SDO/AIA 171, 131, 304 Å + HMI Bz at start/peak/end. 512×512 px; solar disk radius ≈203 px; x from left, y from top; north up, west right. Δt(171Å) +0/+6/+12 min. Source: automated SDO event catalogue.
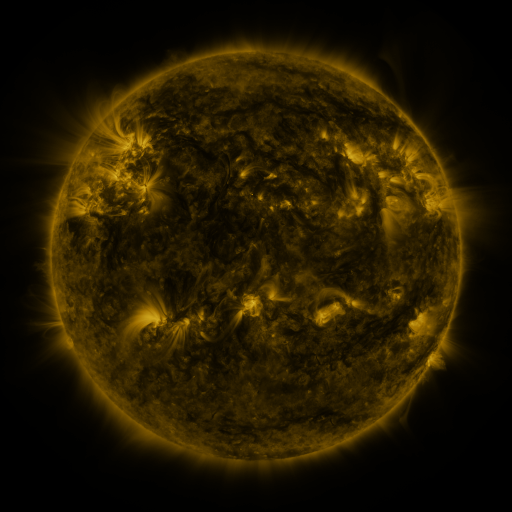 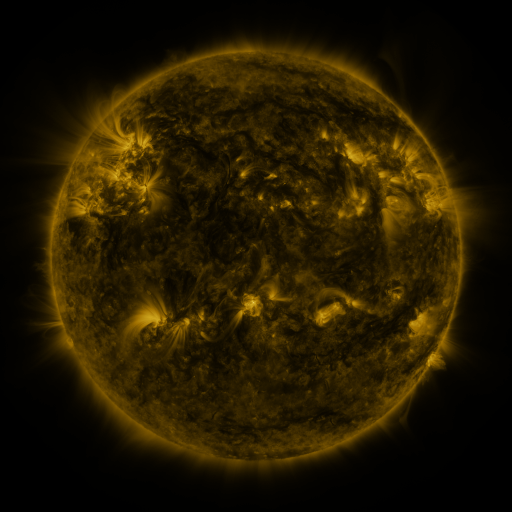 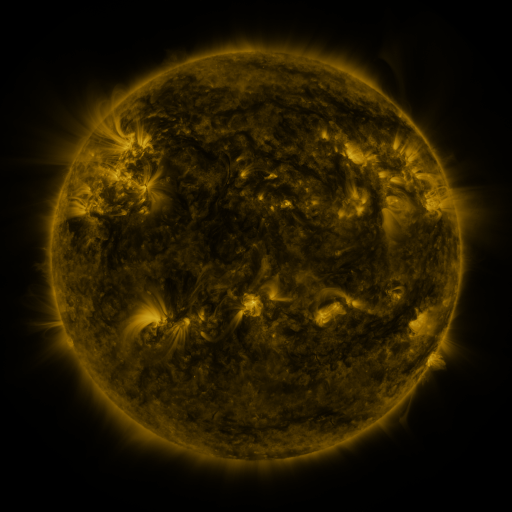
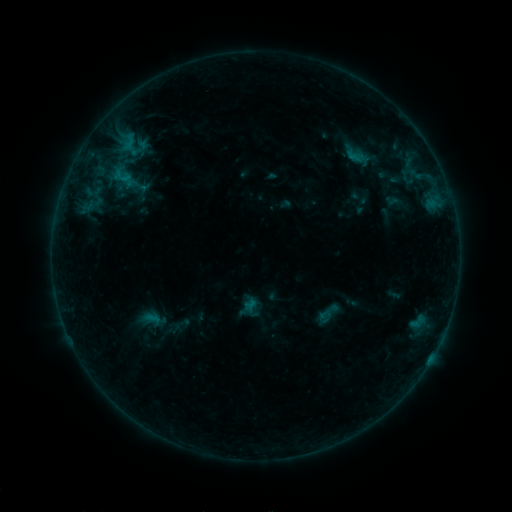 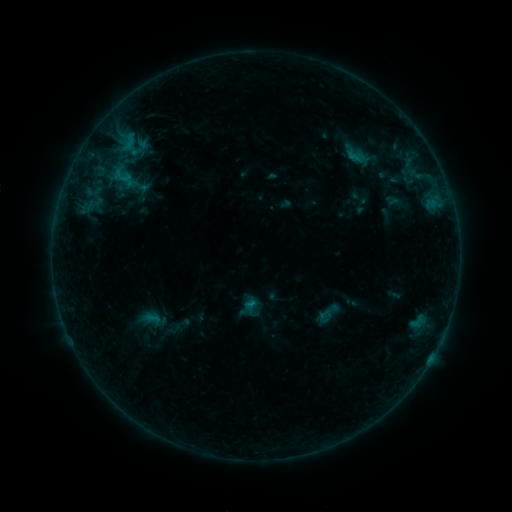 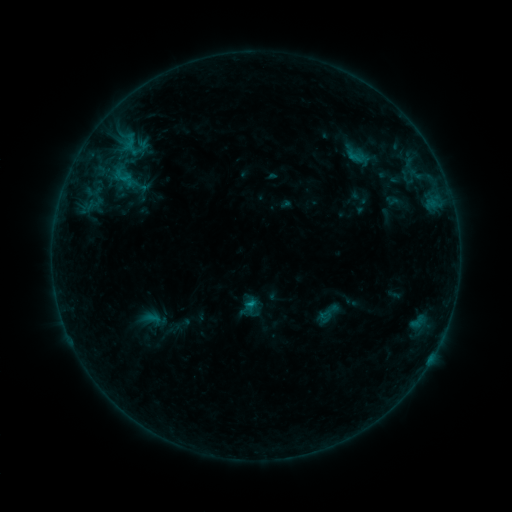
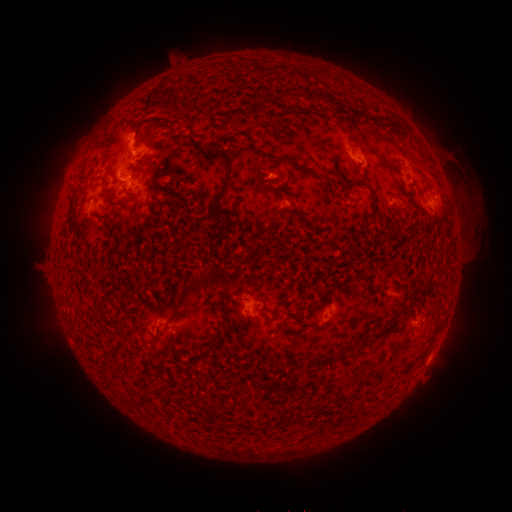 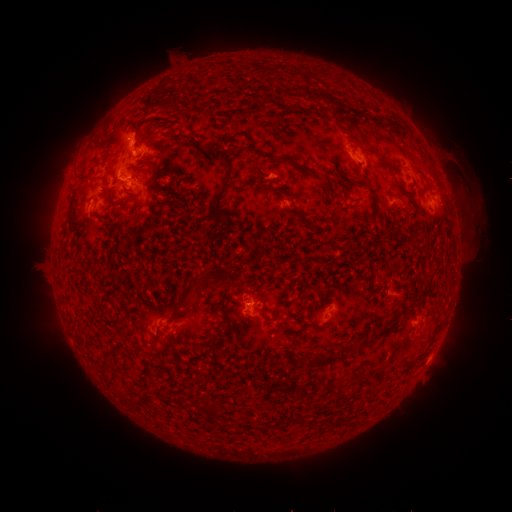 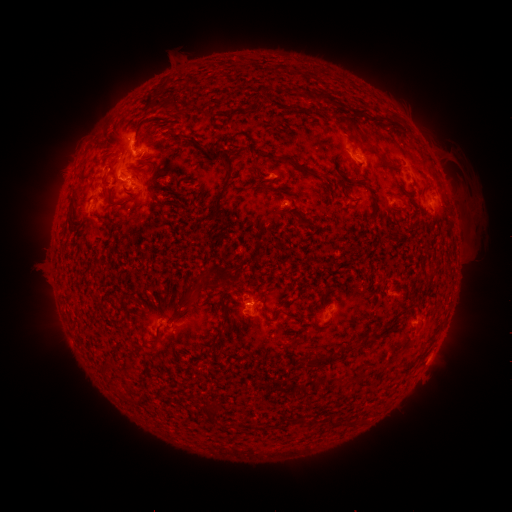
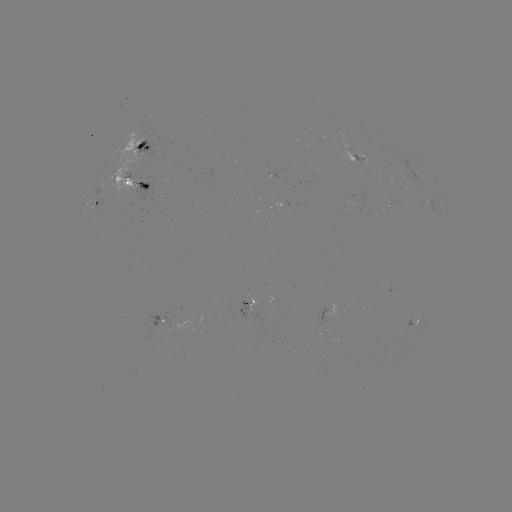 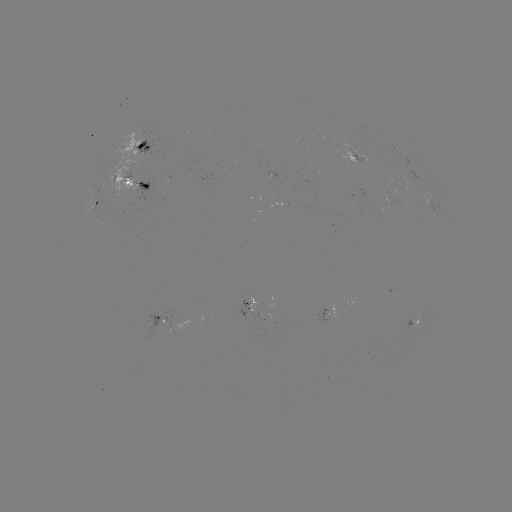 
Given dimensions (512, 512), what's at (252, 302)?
B8.5 flare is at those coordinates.